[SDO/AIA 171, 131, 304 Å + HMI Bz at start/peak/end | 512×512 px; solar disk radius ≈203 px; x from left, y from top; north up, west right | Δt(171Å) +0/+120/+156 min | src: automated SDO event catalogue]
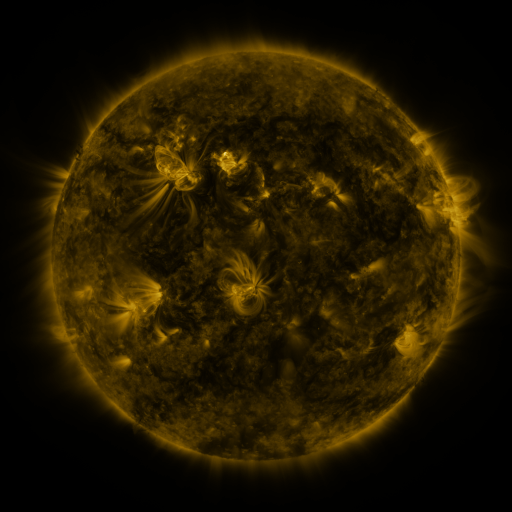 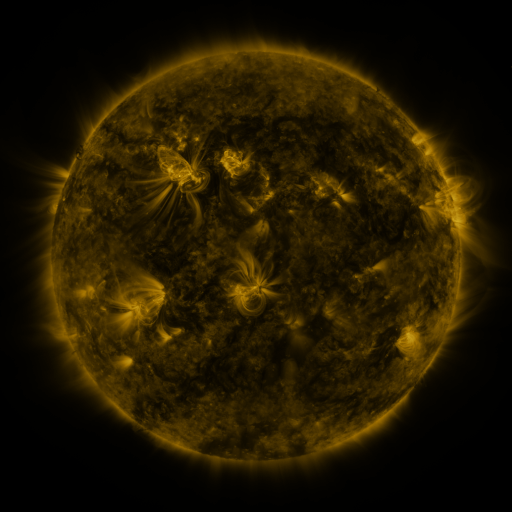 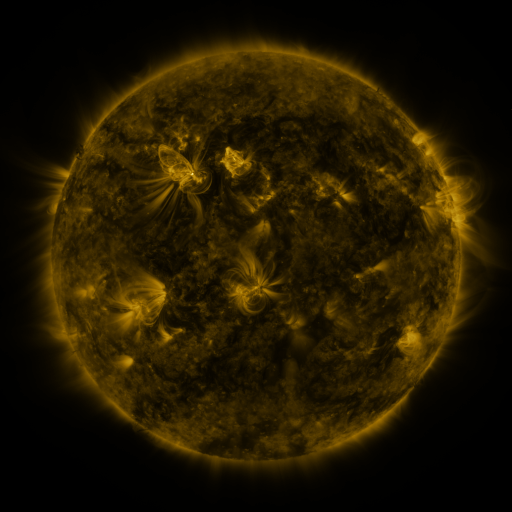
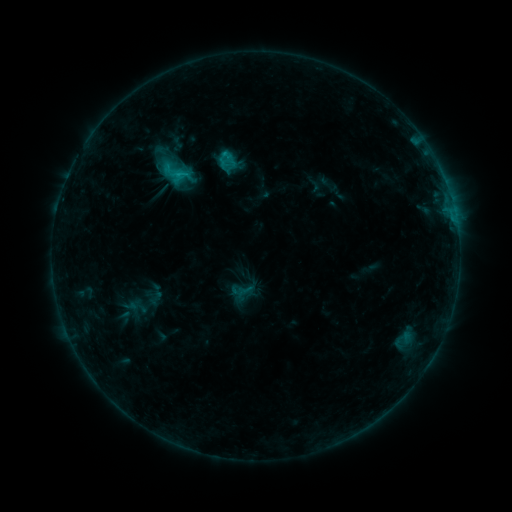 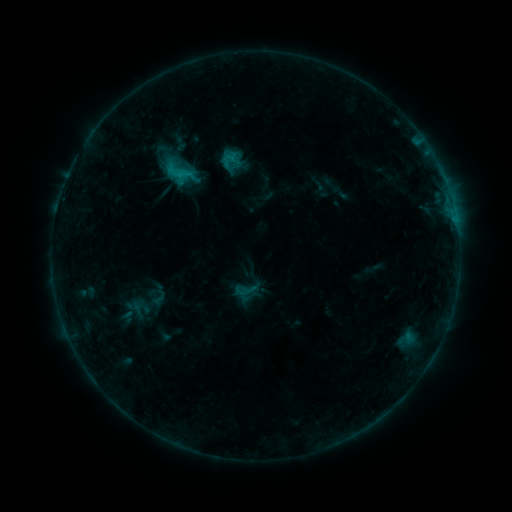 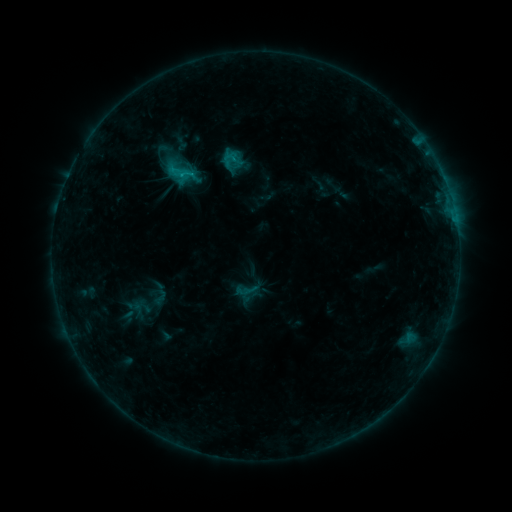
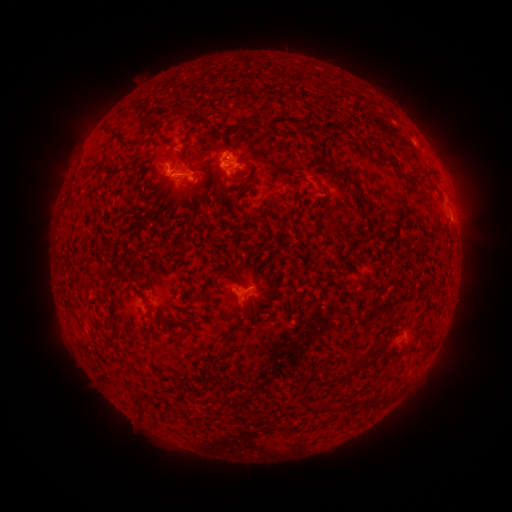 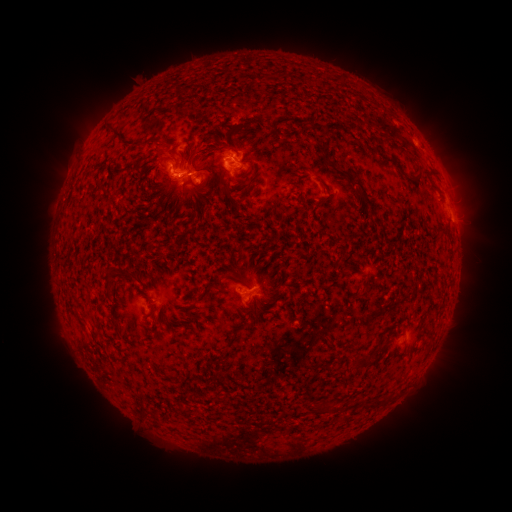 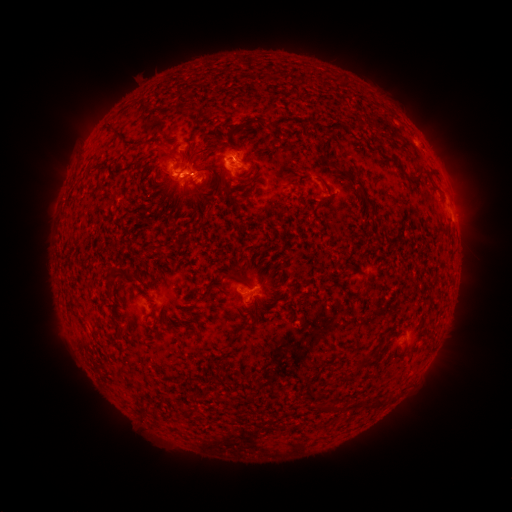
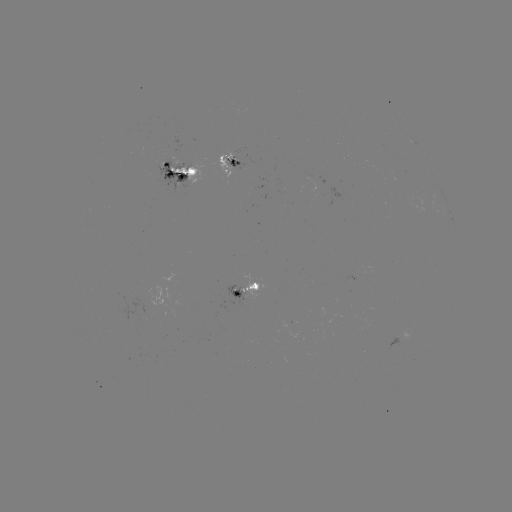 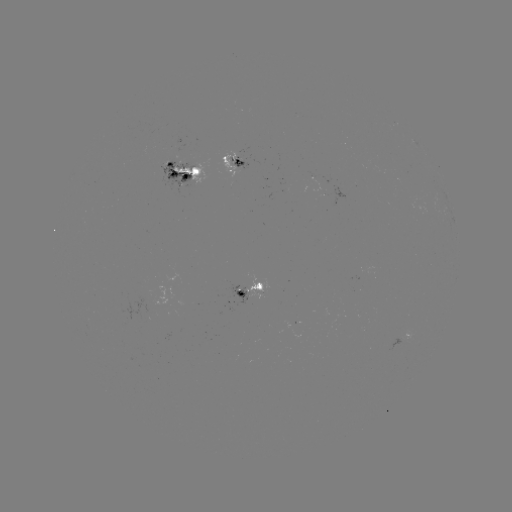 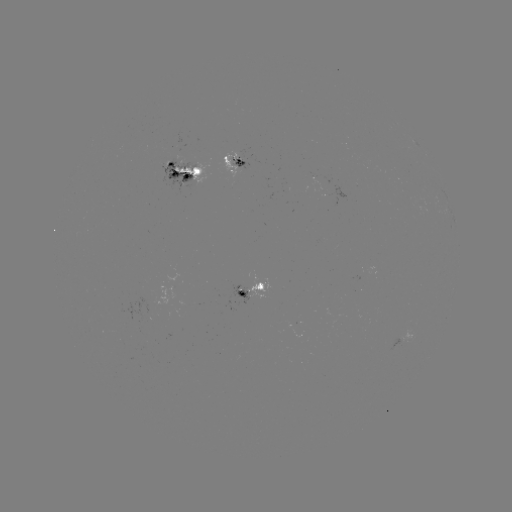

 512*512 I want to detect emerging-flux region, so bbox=[230, 156, 247, 170].